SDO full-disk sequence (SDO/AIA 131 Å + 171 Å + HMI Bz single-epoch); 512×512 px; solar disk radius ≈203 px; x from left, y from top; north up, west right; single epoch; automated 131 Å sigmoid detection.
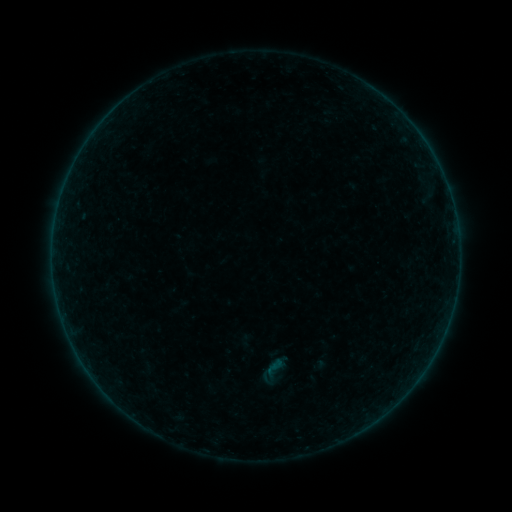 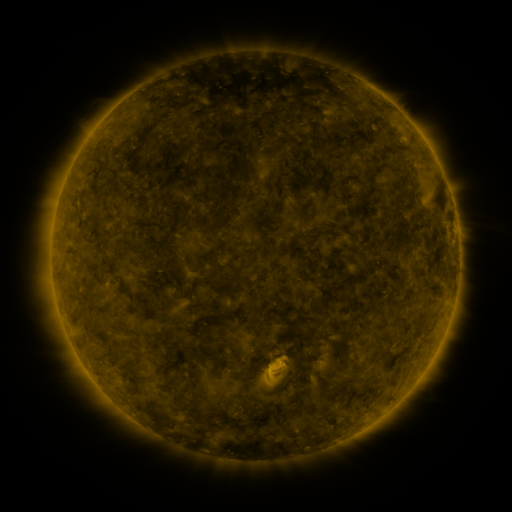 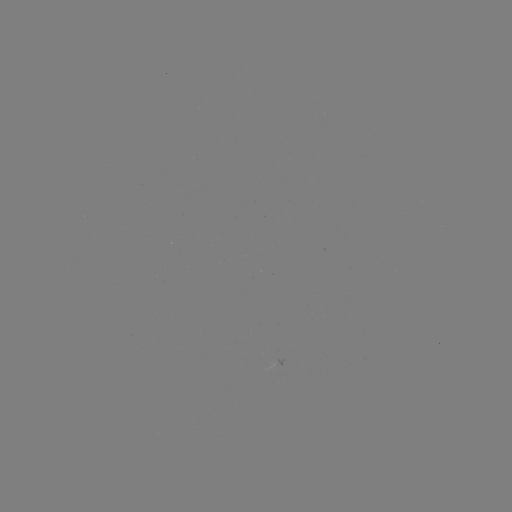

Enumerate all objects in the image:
sigmoid: (257, 352, 294, 389)
